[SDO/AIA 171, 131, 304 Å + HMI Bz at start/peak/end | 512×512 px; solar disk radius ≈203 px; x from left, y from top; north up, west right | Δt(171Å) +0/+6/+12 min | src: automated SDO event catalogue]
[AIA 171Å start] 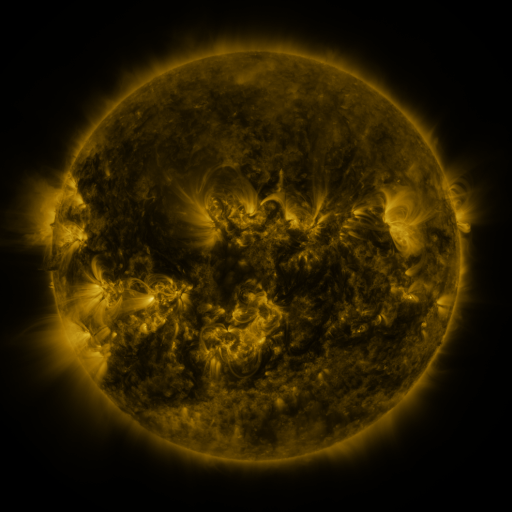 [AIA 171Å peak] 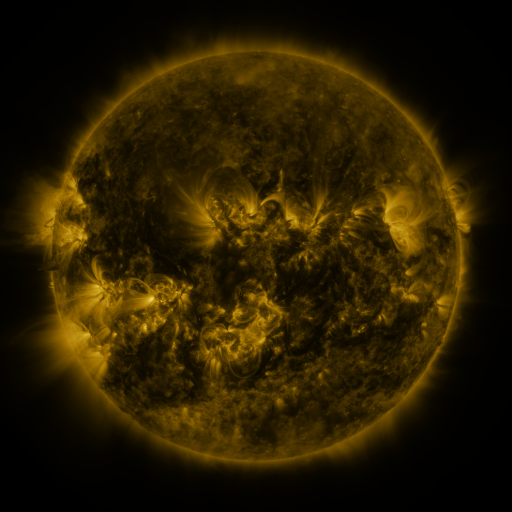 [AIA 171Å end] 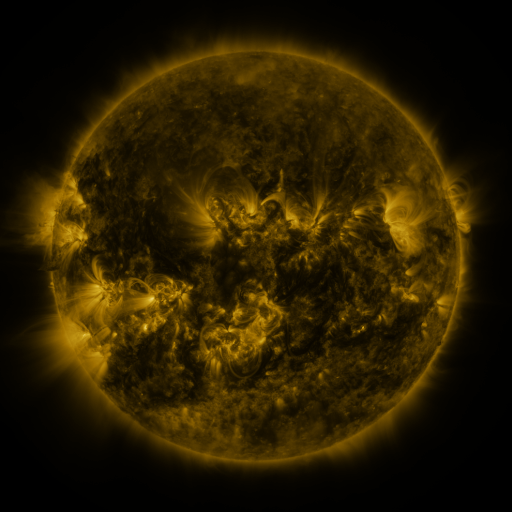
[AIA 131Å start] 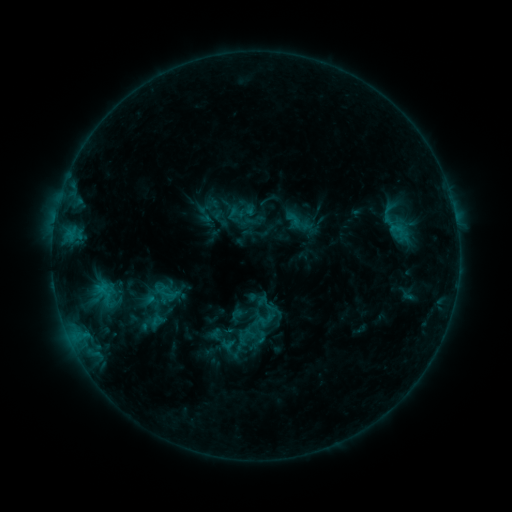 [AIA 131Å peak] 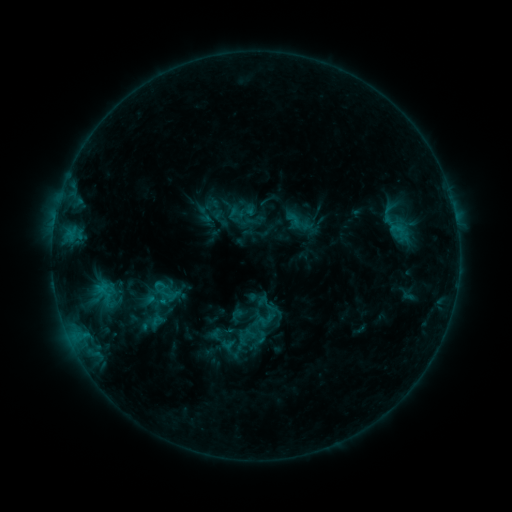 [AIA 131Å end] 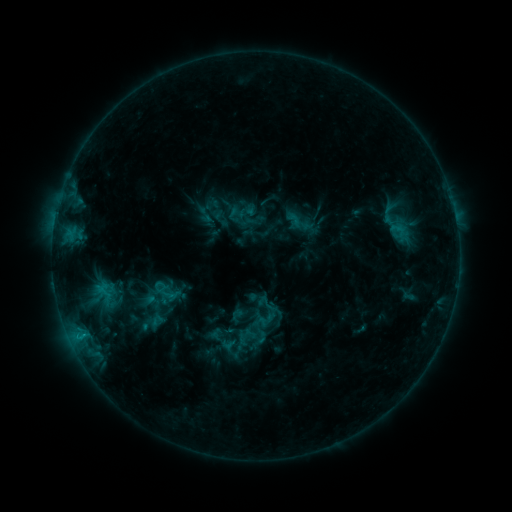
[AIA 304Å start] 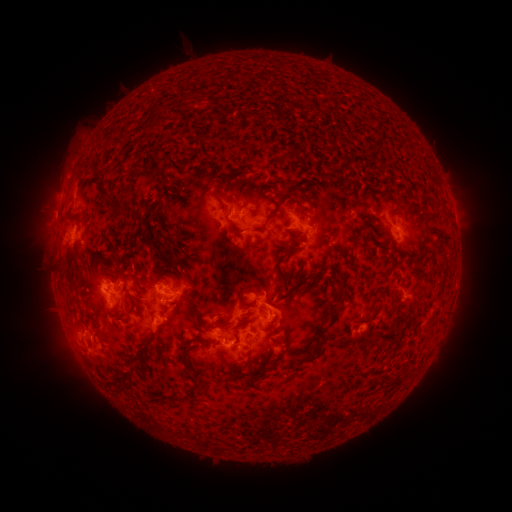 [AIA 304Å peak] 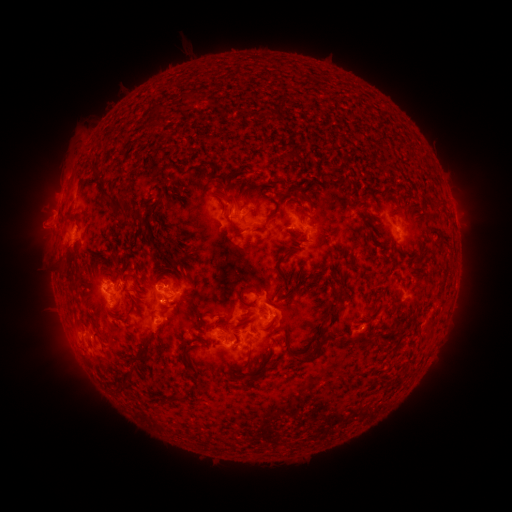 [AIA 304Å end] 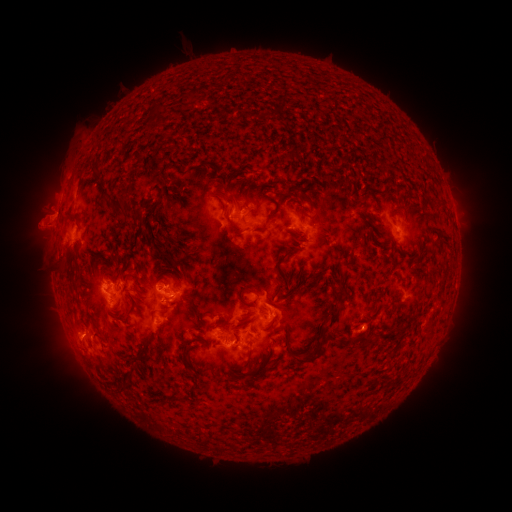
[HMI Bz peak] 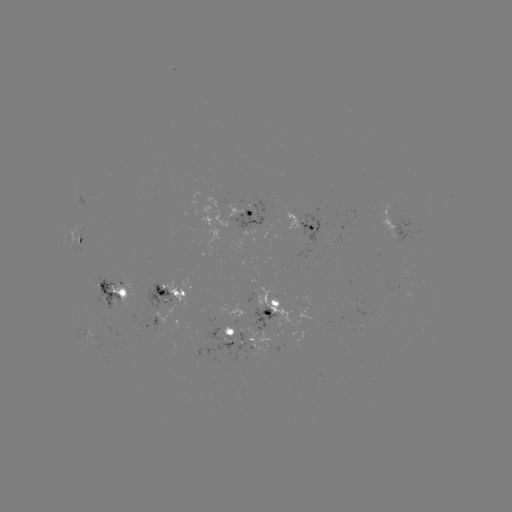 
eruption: <bbox>12, 195, 69, 250</bbox>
